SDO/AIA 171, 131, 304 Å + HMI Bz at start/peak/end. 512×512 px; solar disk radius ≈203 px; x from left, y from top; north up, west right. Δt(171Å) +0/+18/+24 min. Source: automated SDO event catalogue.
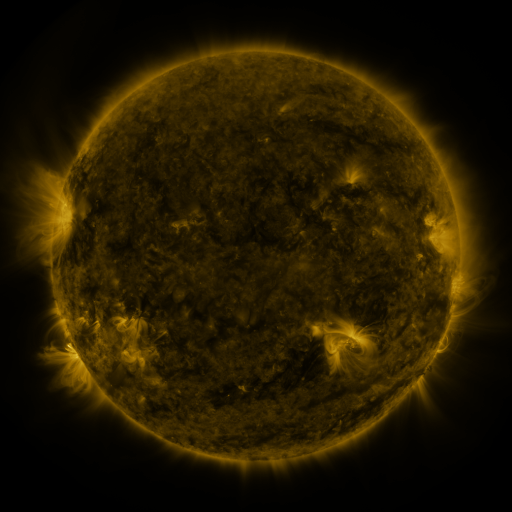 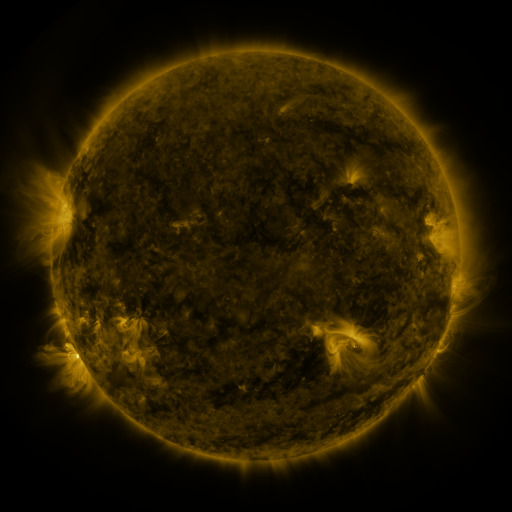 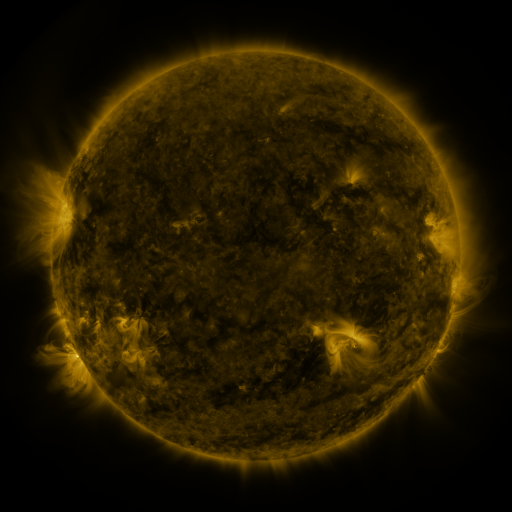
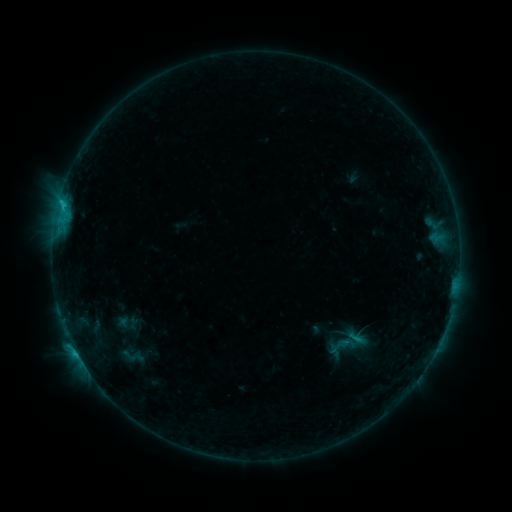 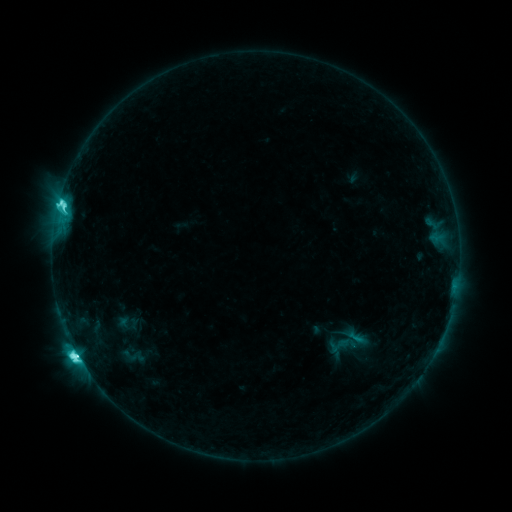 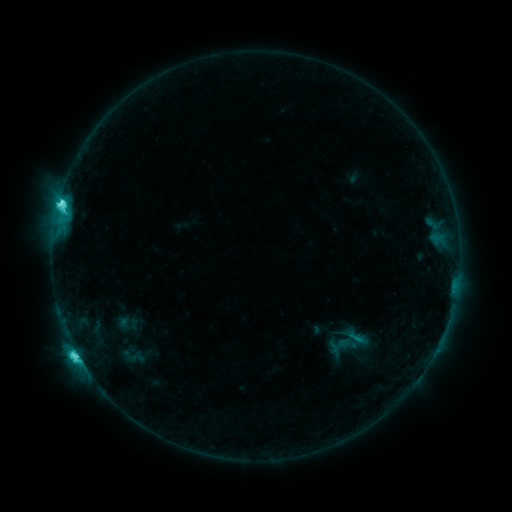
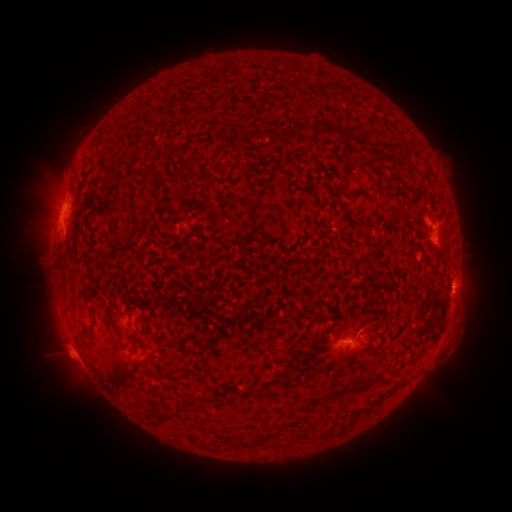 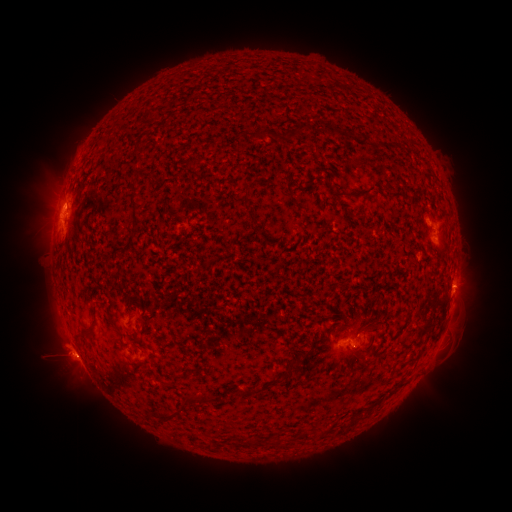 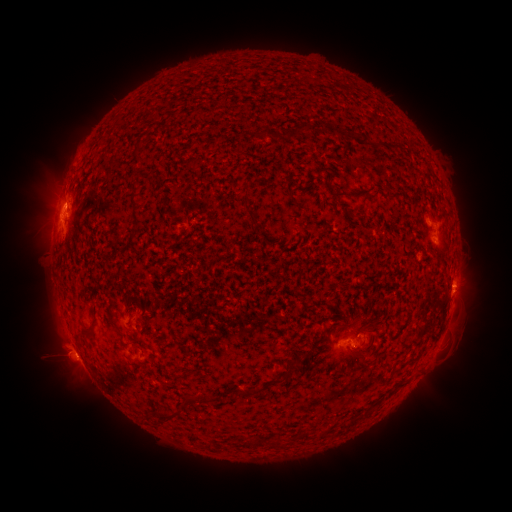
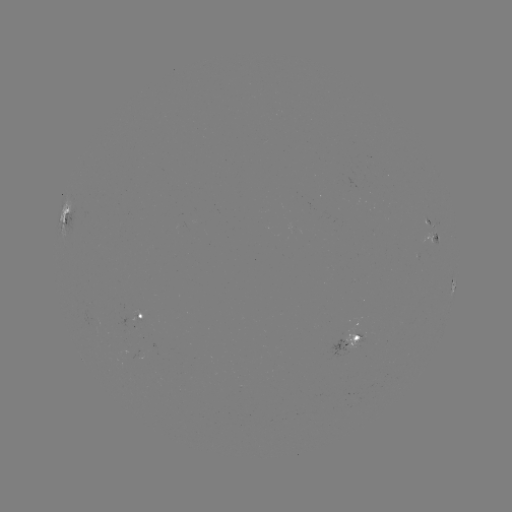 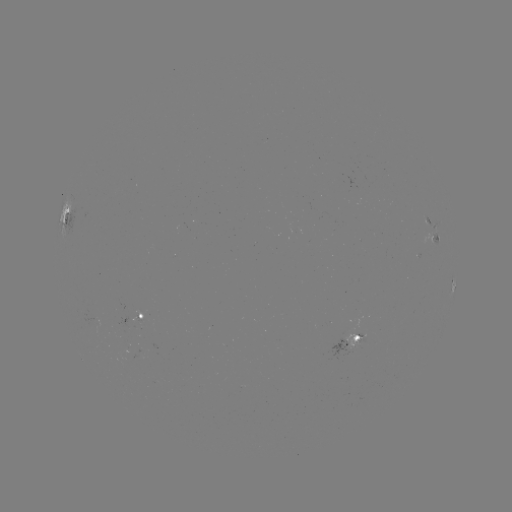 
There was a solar flare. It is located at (78, 355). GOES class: M1.0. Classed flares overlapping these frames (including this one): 1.